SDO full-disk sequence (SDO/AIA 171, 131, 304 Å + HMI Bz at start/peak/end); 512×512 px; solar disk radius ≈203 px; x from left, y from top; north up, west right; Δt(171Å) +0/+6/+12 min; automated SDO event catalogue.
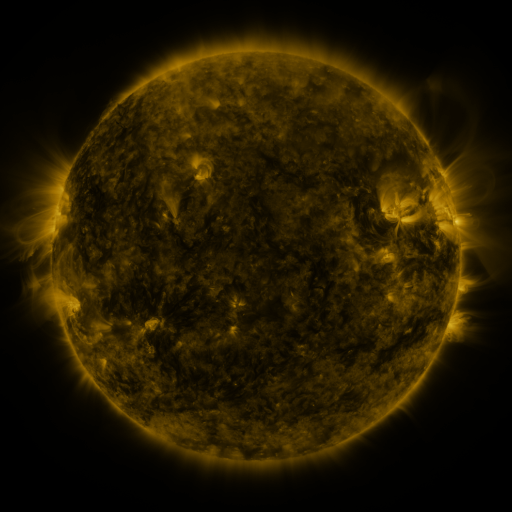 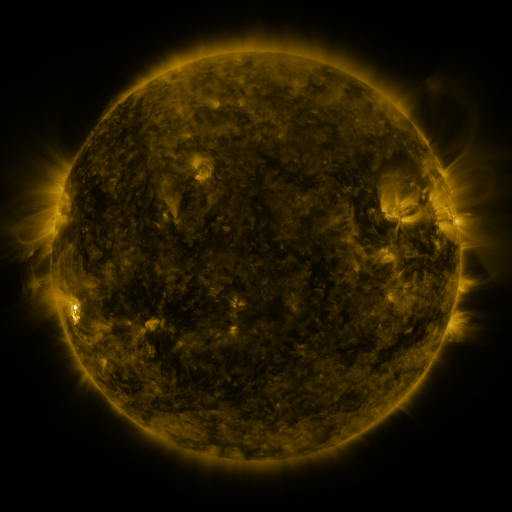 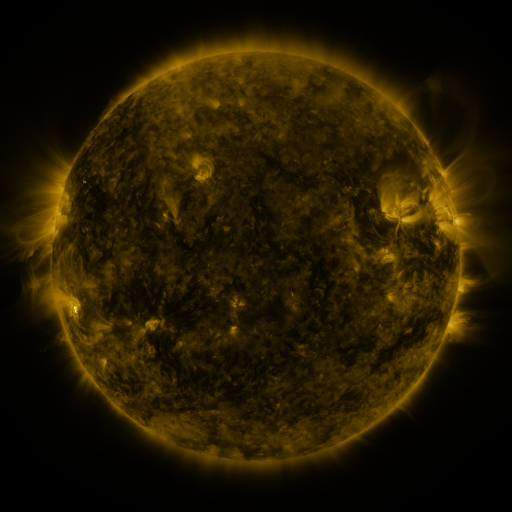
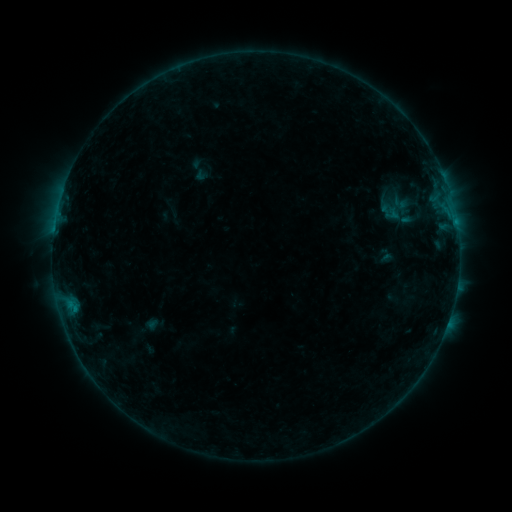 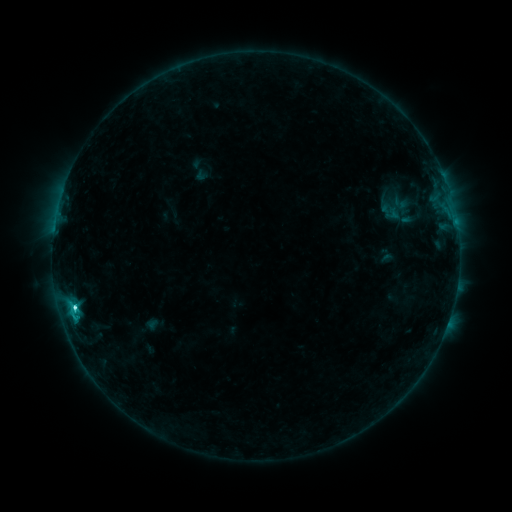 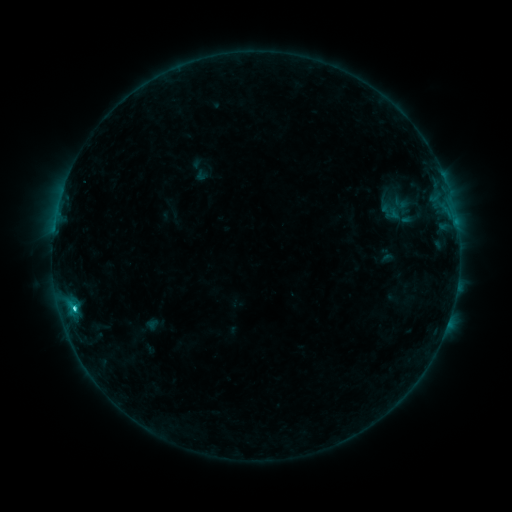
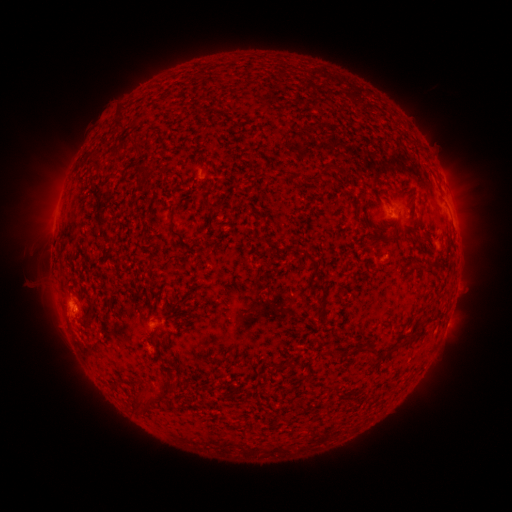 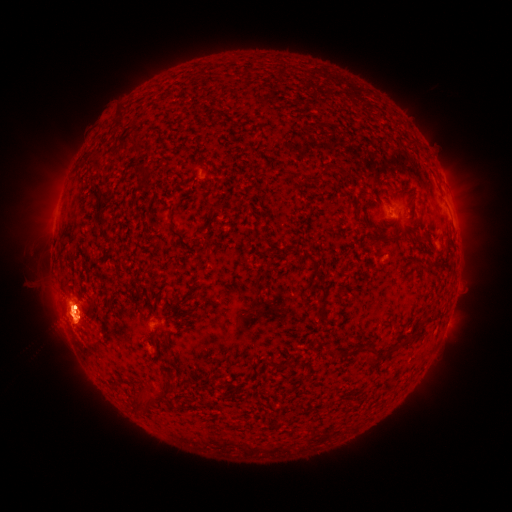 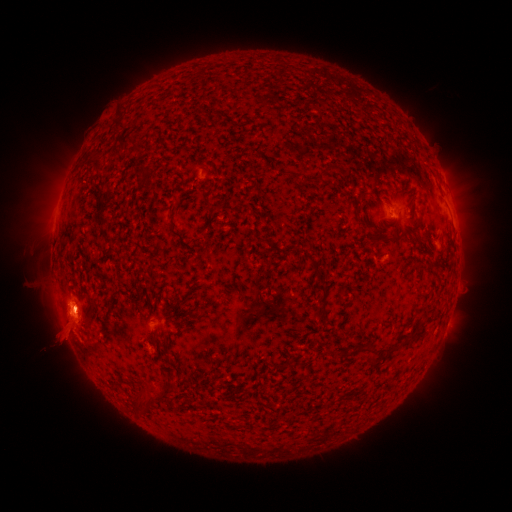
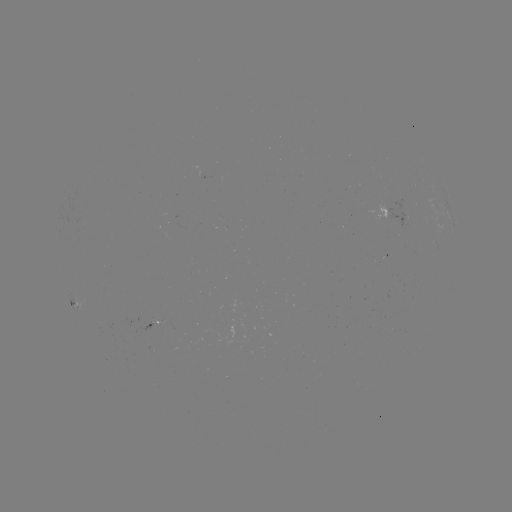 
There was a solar eruption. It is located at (76, 318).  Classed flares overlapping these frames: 1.